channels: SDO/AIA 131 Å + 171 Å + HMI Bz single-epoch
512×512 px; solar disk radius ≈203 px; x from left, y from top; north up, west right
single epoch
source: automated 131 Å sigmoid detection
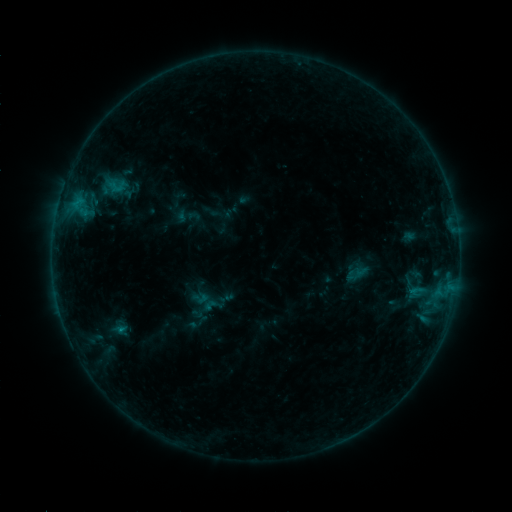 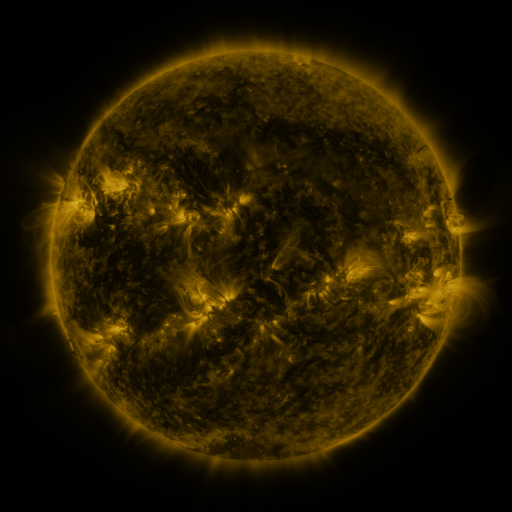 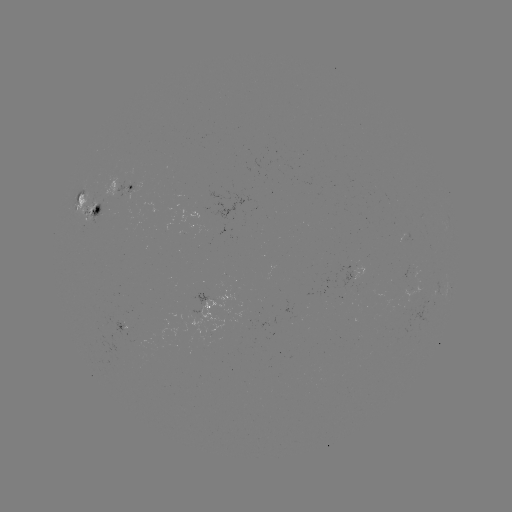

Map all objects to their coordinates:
sigmoid: (201, 295, 224, 316)
